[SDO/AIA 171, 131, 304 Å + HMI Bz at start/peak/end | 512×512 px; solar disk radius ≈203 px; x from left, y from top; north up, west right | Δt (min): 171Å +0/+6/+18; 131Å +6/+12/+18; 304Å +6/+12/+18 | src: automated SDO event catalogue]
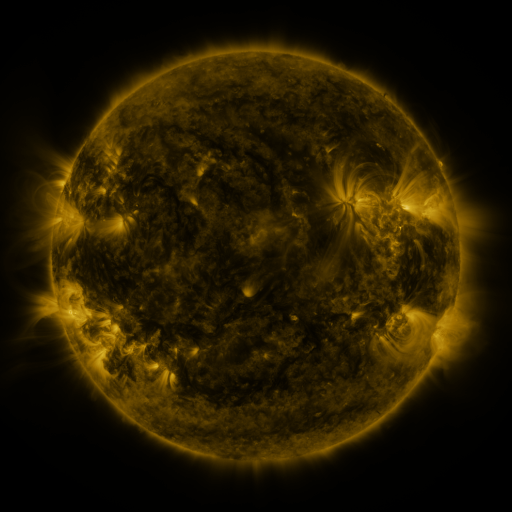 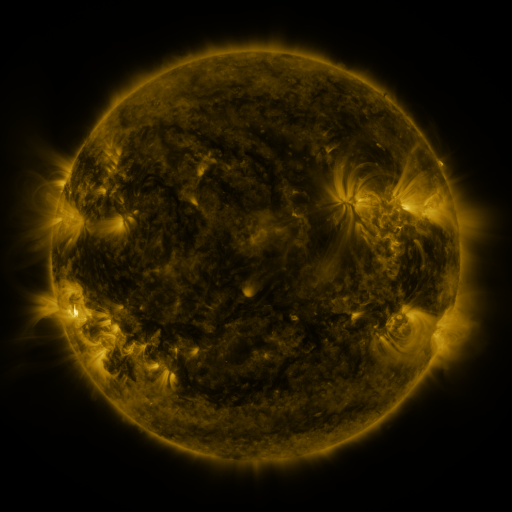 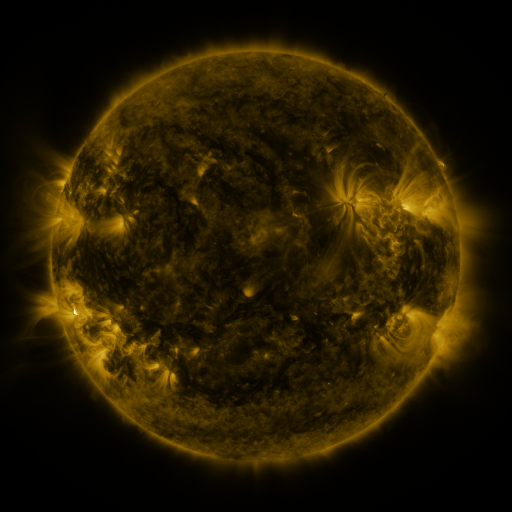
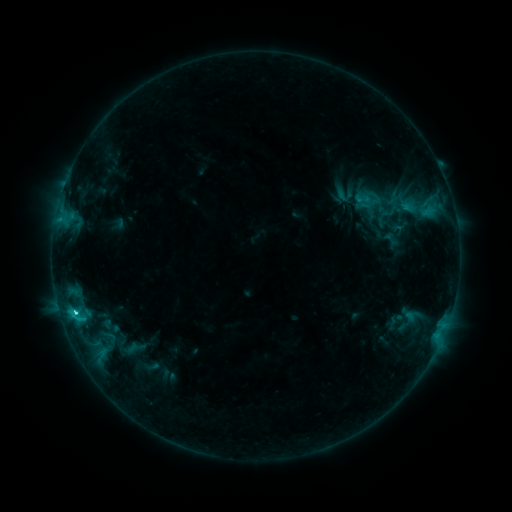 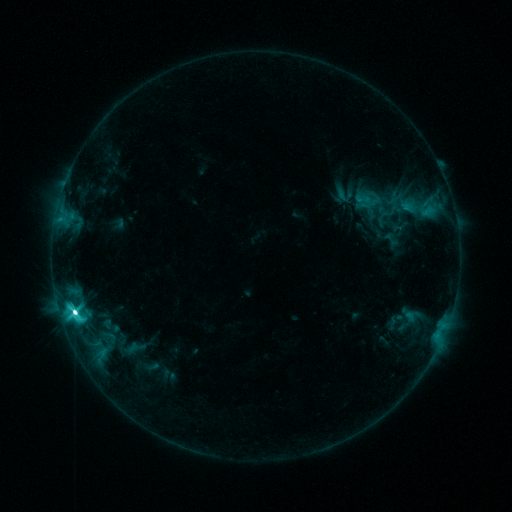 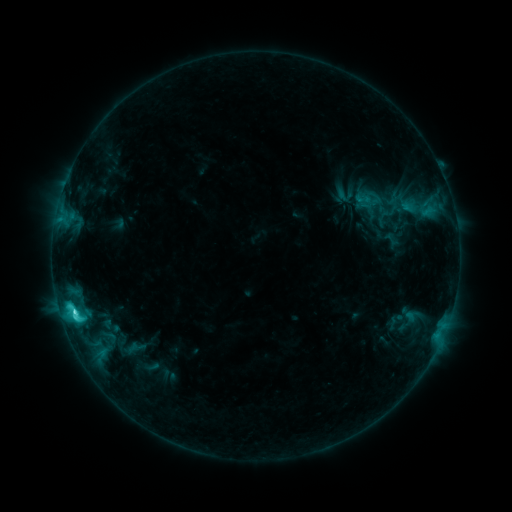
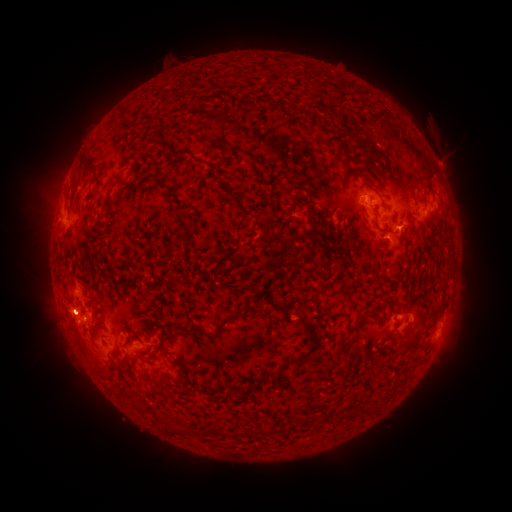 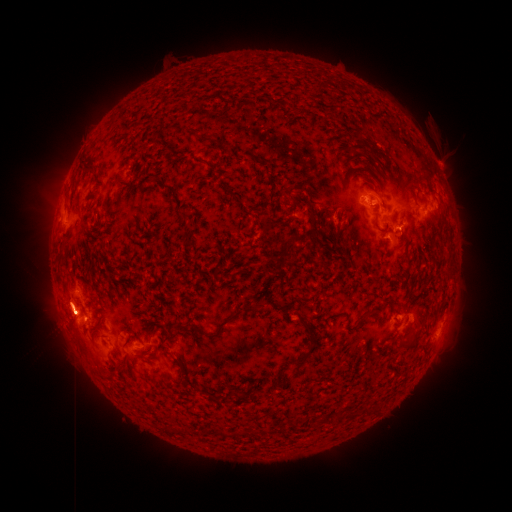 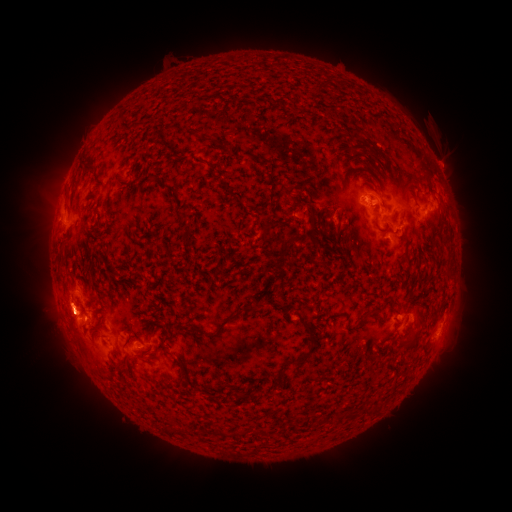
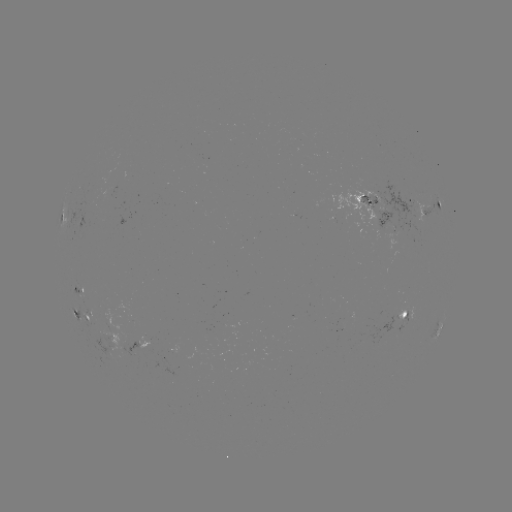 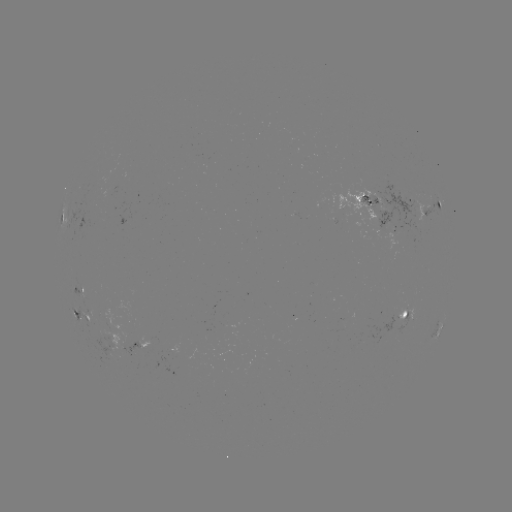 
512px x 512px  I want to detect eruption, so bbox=[6, 272, 134, 389].